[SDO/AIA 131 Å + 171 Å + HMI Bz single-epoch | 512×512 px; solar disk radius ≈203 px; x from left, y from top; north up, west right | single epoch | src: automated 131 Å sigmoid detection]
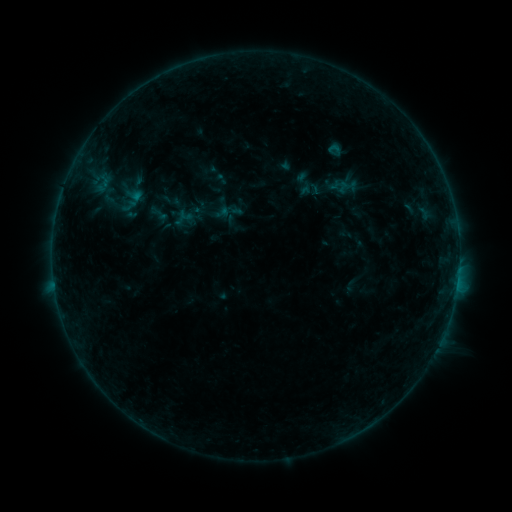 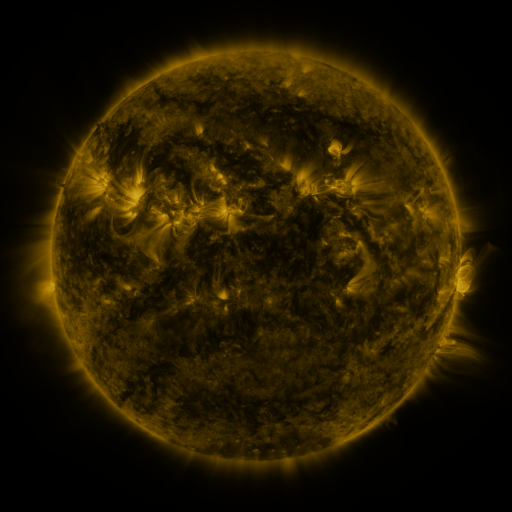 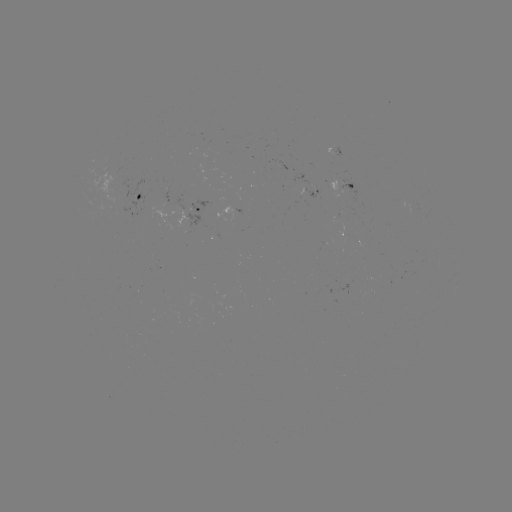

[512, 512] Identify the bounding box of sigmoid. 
[291, 173, 316, 197].